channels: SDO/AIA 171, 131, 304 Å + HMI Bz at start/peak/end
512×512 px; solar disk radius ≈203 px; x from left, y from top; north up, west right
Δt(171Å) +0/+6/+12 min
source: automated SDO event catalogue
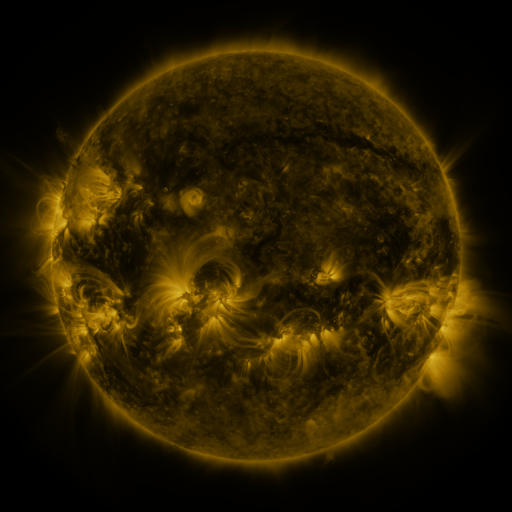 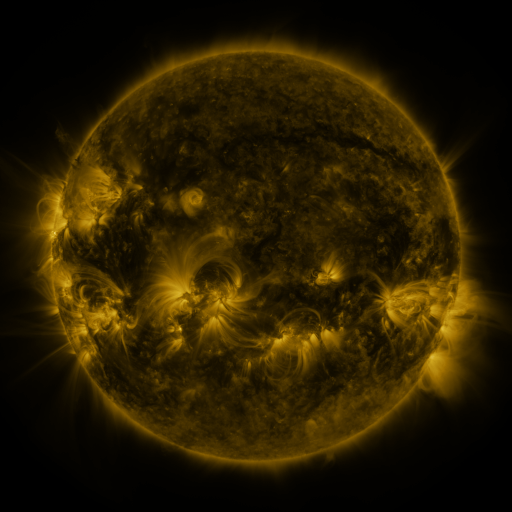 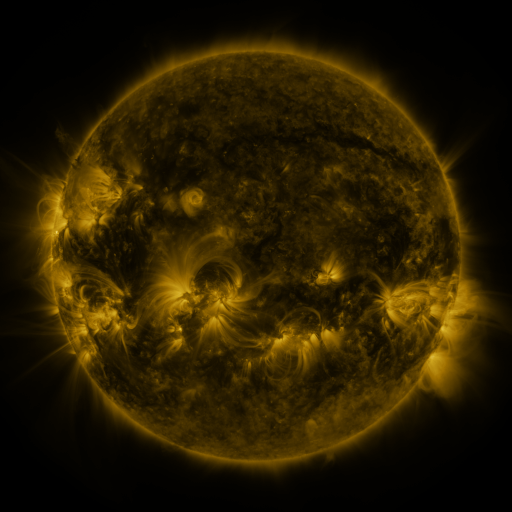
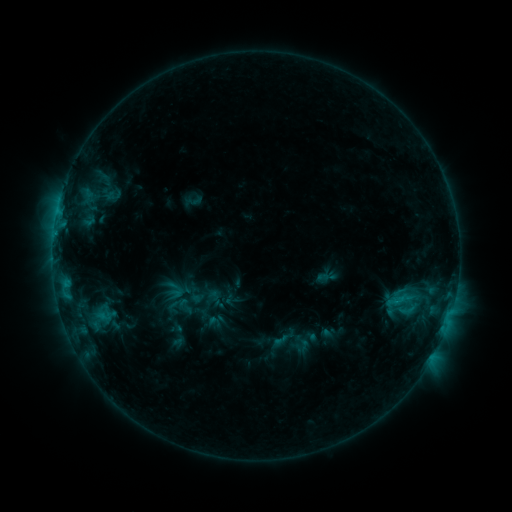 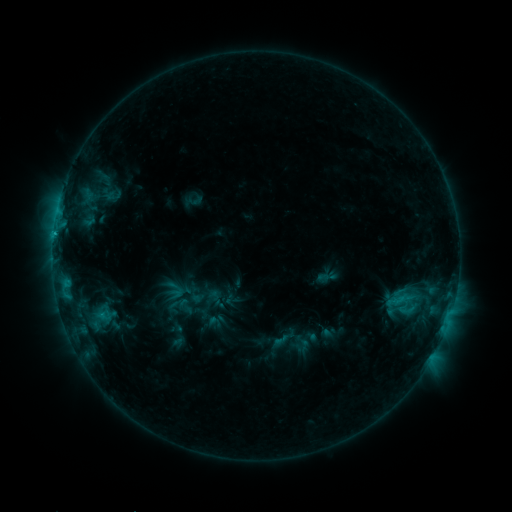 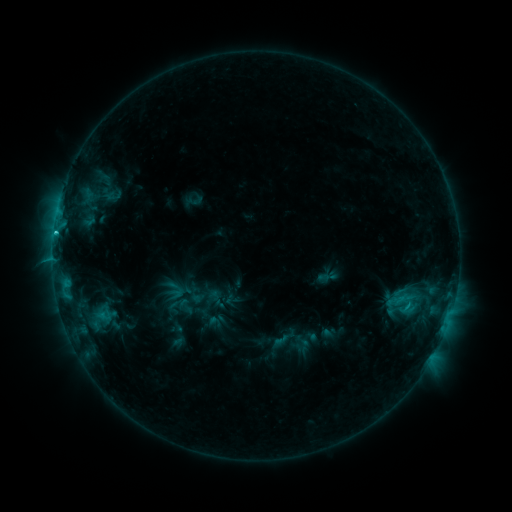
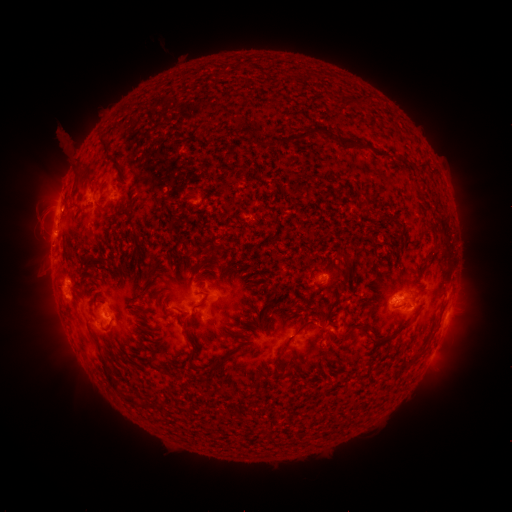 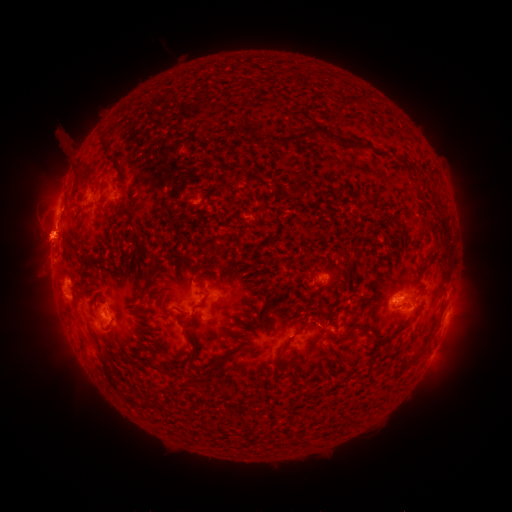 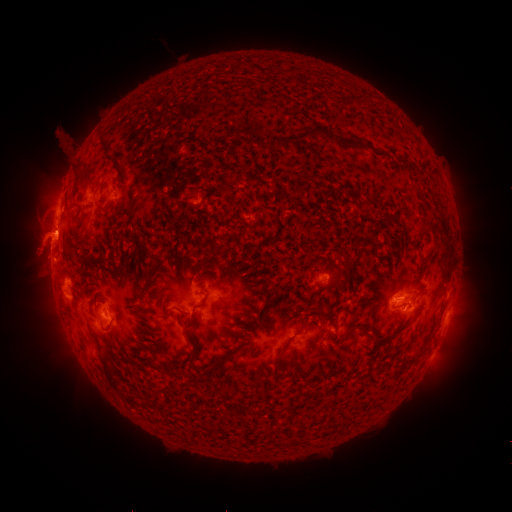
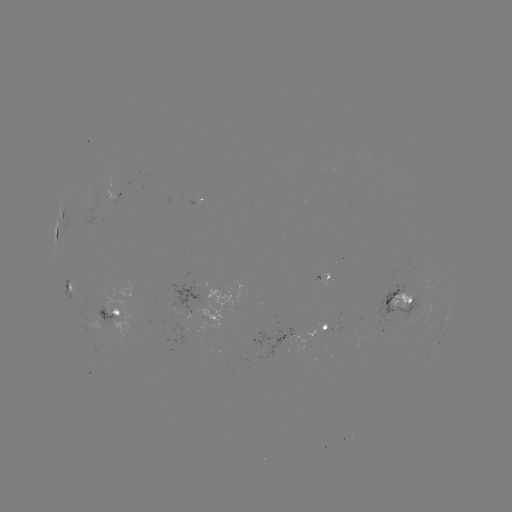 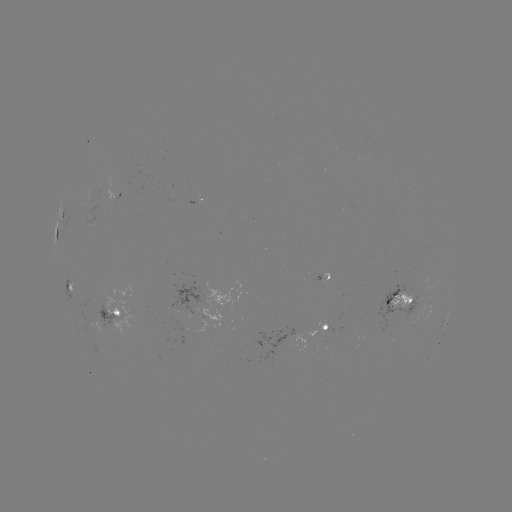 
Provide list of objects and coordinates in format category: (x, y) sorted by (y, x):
C2.6 flare: (54, 234)
